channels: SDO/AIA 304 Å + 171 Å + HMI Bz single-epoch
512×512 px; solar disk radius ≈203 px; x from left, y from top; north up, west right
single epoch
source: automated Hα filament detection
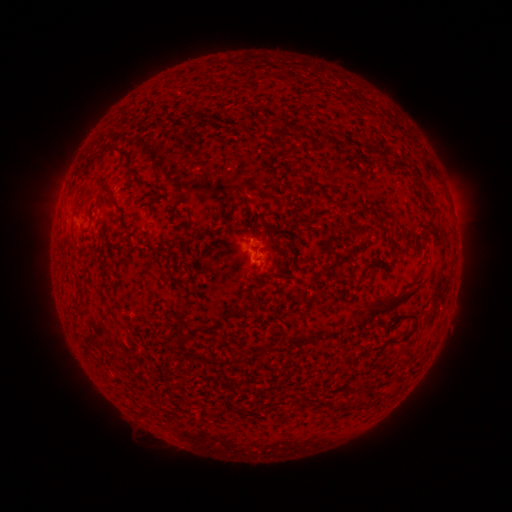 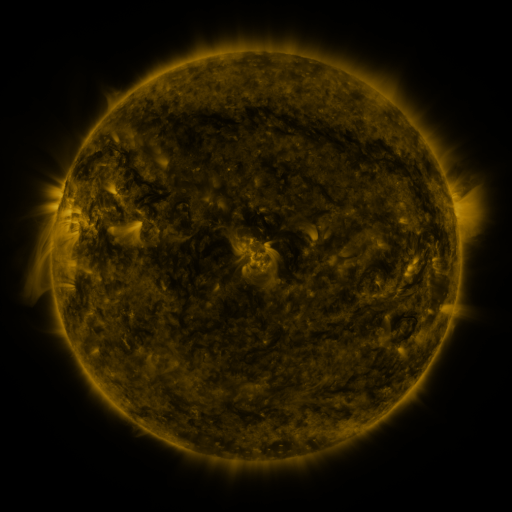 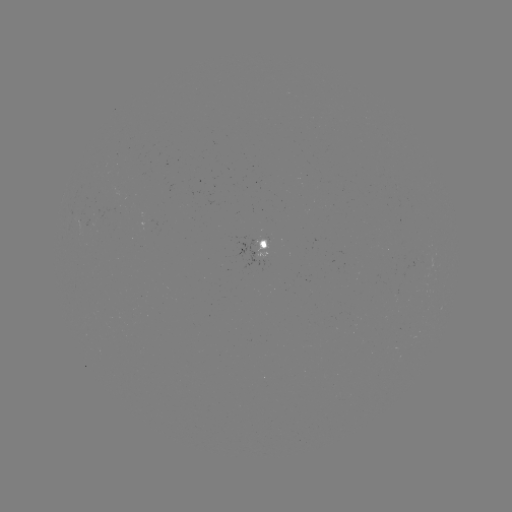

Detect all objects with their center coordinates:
filament: <bbox>184, 111, 205, 121</bbox>
filament: <bbox>102, 142, 130, 157</bbox>
filament: <bbox>380, 152, 391, 161</bbox>
filament: <bbox>82, 167, 90, 177</bbox>
filament: <bbox>421, 191, 430, 200</bbox>
filament: <bbox>177, 198, 193, 221</bbox>
filament: <bbox>361, 274, 370, 283</bbox>
filament: <bbox>364, 288, 419, 316</bbox>
filament: <bbox>386, 314, 418, 346</bbox>
filament: <bbox>298, 333, 309, 343</bbox>
filament: <bbox>175, 336, 183, 346</bbox>
filament: <bbox>200, 349, 206, 364</bbox>
